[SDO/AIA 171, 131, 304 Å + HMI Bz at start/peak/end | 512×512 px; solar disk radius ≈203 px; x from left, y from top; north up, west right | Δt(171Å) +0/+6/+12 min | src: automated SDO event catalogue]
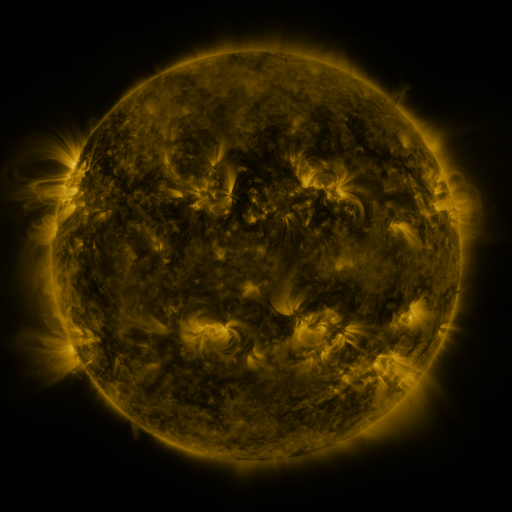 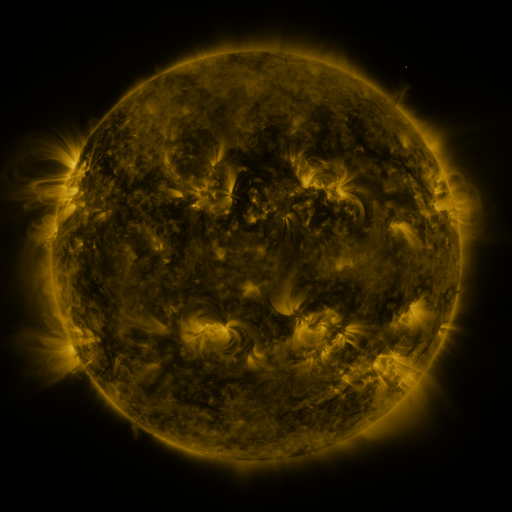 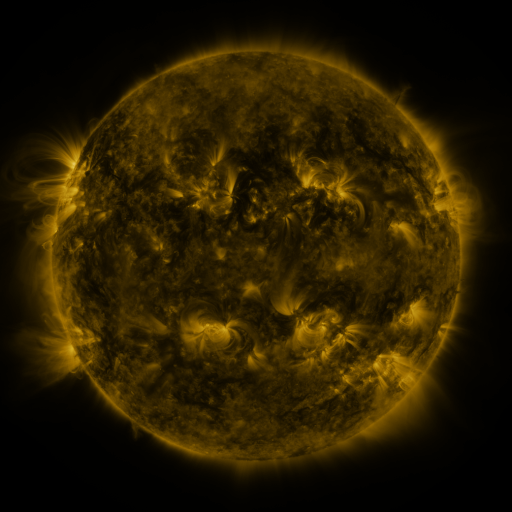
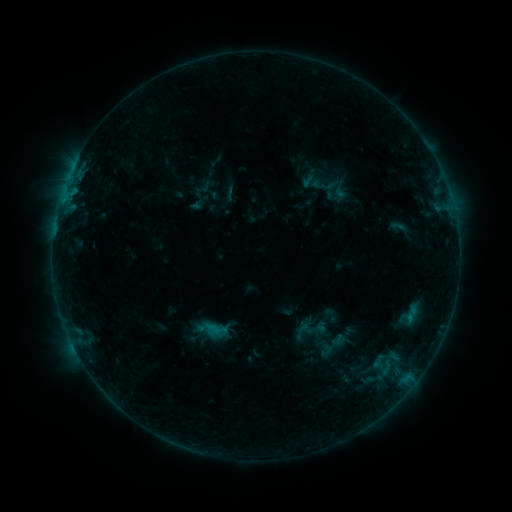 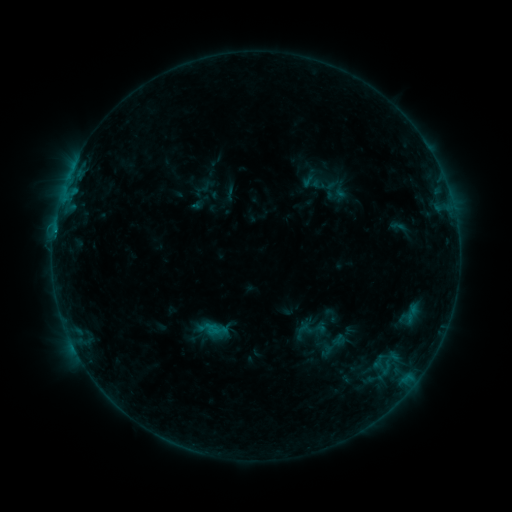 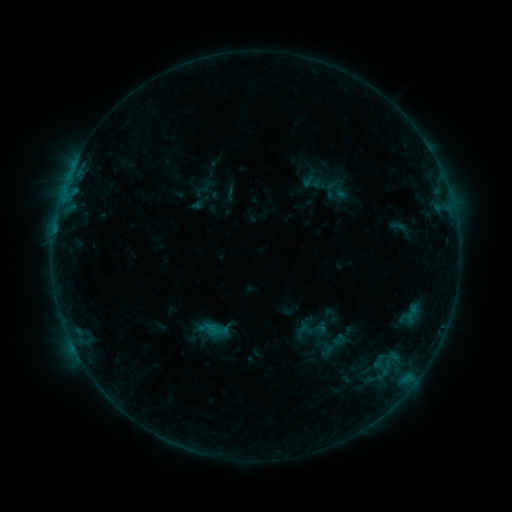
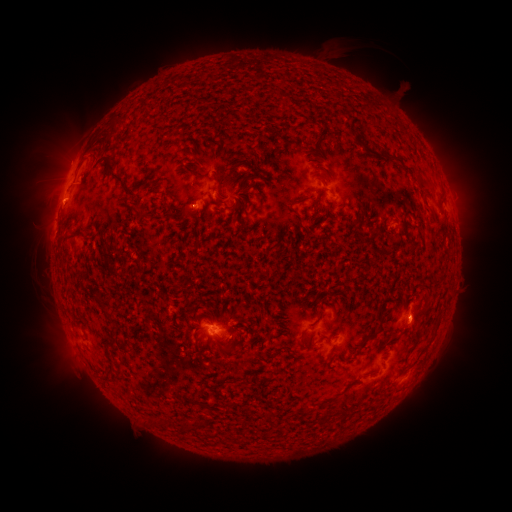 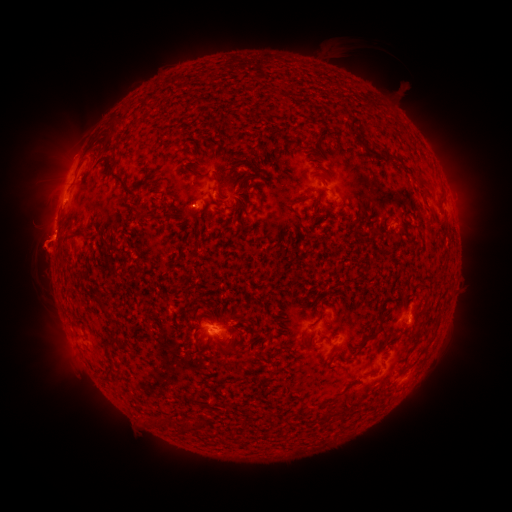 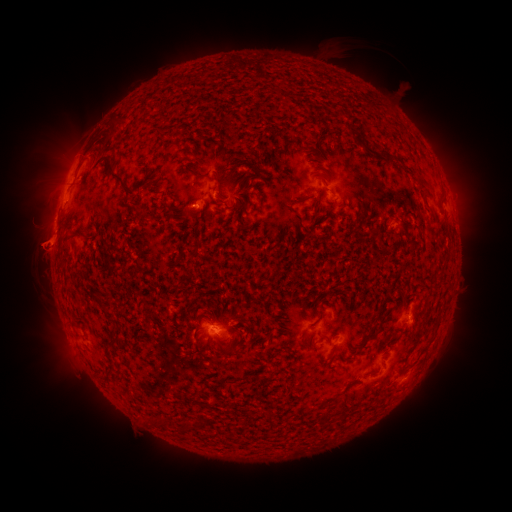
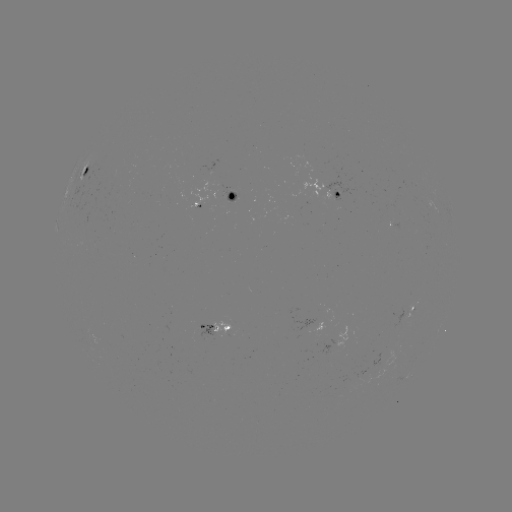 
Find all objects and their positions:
B6.5 flare: (54, 236)
